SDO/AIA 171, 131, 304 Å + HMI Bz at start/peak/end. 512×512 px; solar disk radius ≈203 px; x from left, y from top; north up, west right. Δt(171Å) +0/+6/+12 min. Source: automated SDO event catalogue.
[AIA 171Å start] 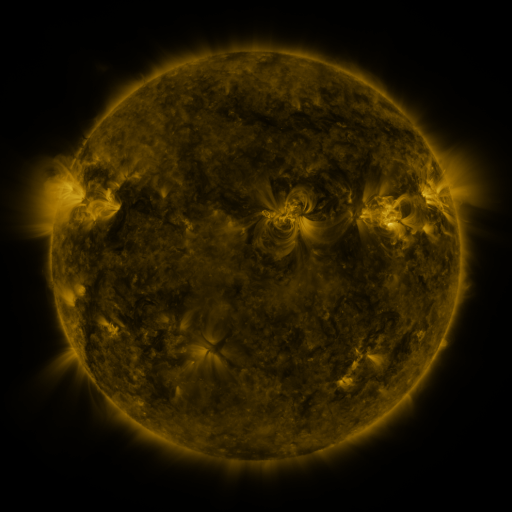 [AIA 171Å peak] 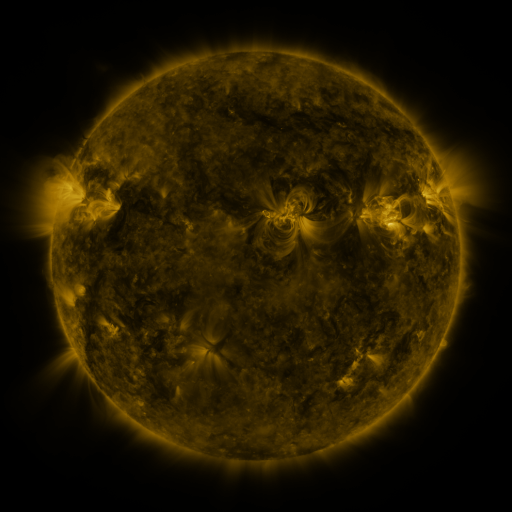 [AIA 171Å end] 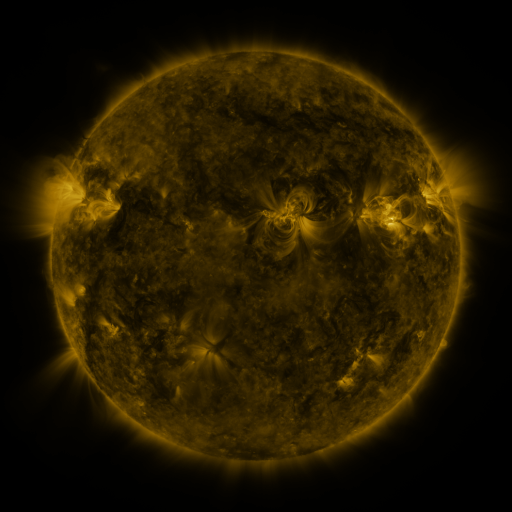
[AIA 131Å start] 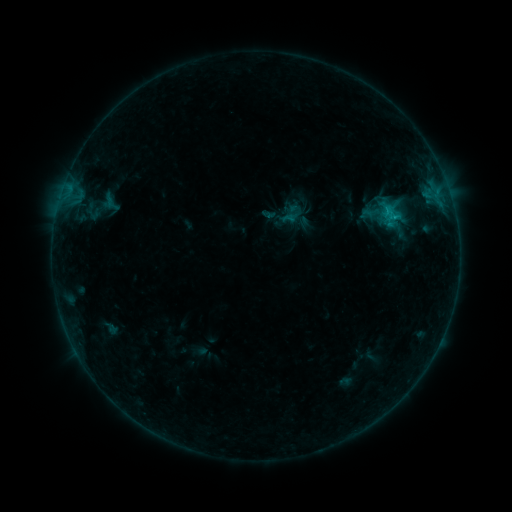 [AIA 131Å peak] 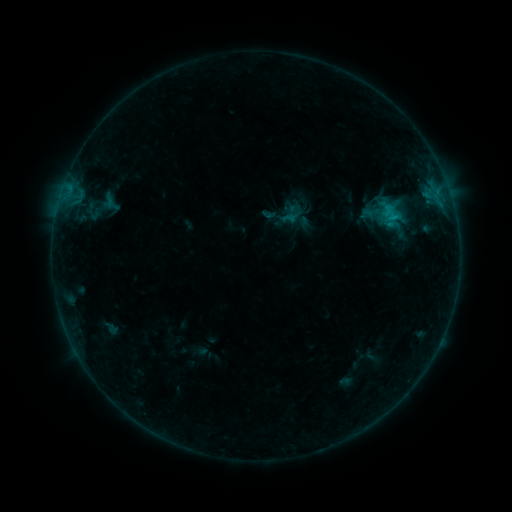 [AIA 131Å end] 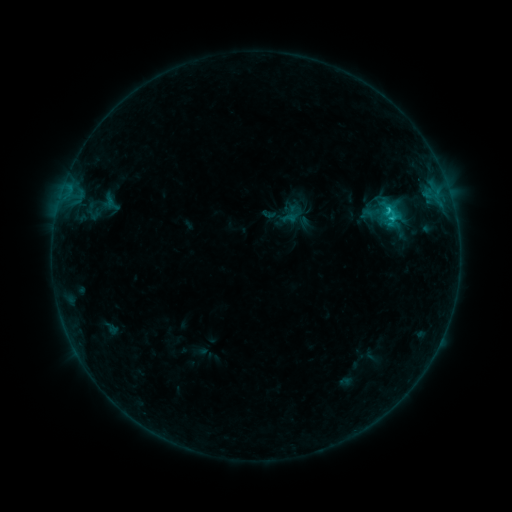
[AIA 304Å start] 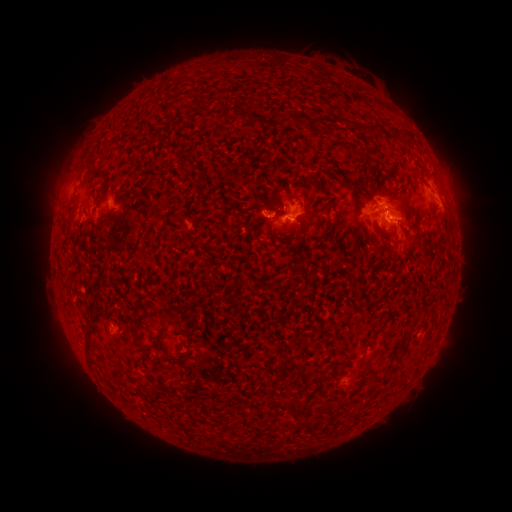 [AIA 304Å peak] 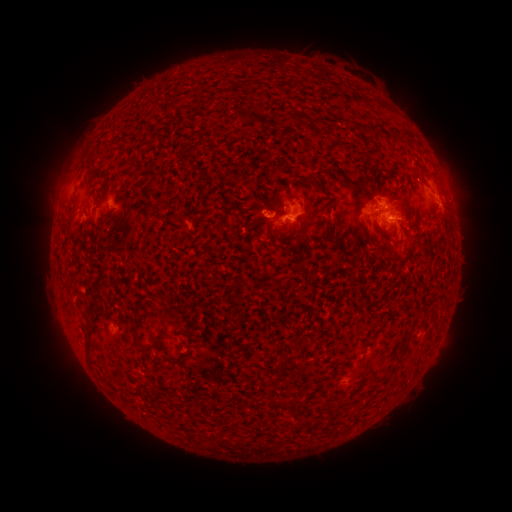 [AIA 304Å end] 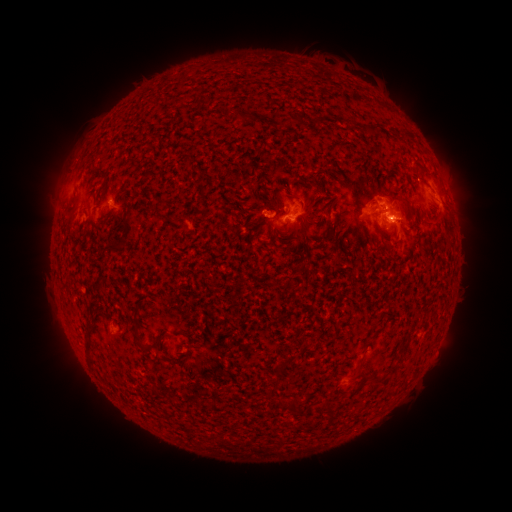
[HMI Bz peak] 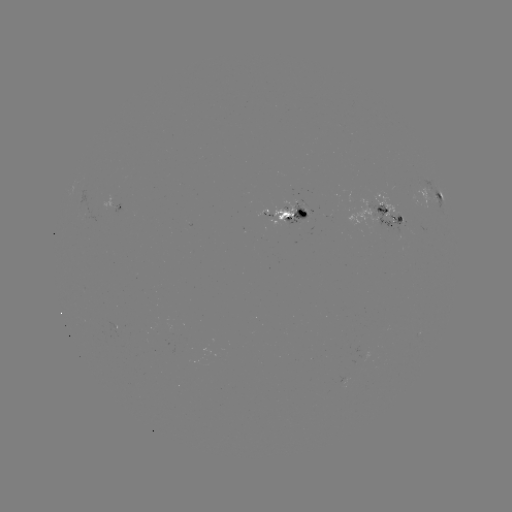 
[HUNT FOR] C1.2 flare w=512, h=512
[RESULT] (392, 218)